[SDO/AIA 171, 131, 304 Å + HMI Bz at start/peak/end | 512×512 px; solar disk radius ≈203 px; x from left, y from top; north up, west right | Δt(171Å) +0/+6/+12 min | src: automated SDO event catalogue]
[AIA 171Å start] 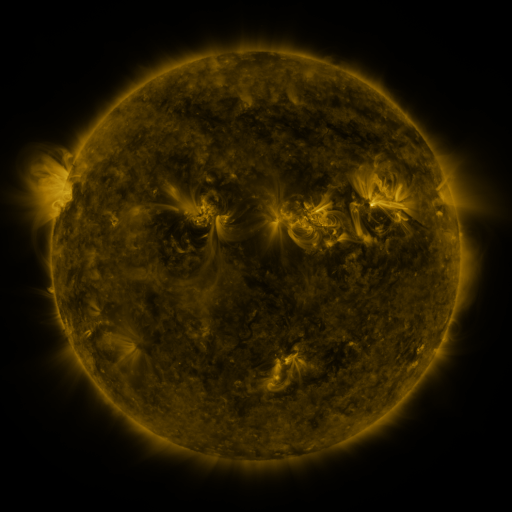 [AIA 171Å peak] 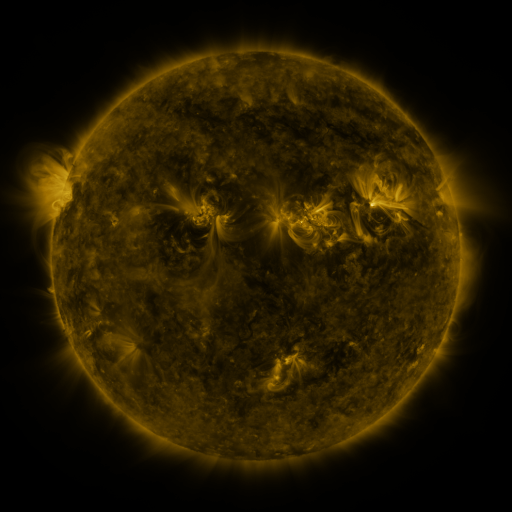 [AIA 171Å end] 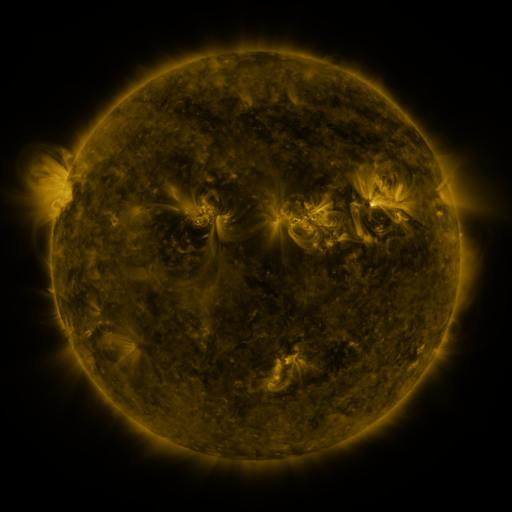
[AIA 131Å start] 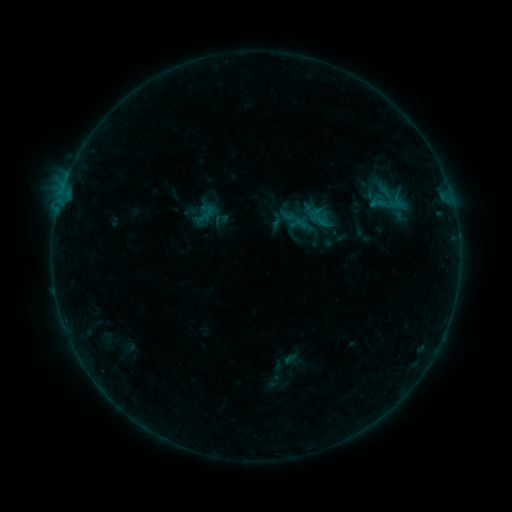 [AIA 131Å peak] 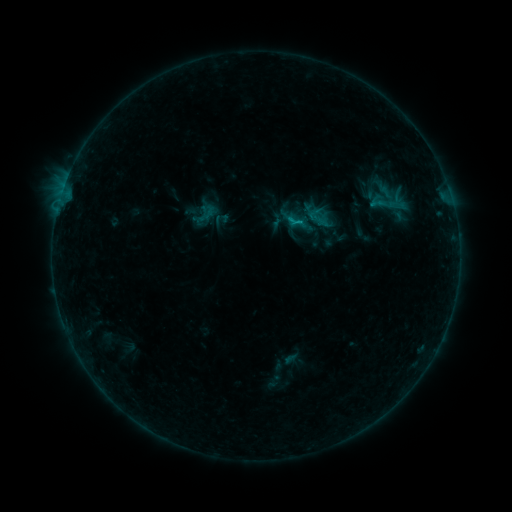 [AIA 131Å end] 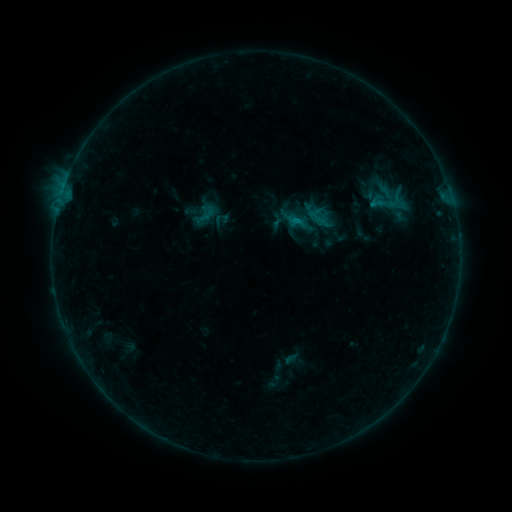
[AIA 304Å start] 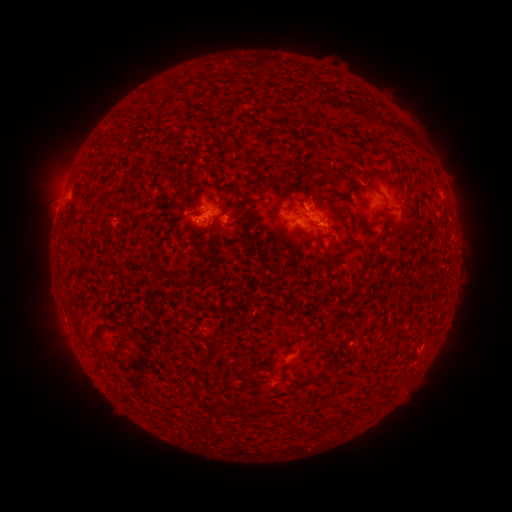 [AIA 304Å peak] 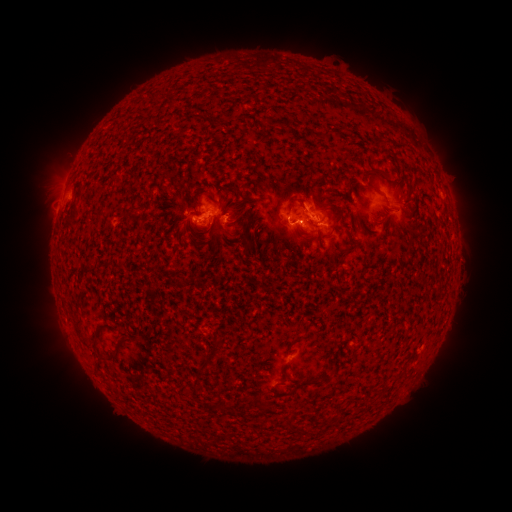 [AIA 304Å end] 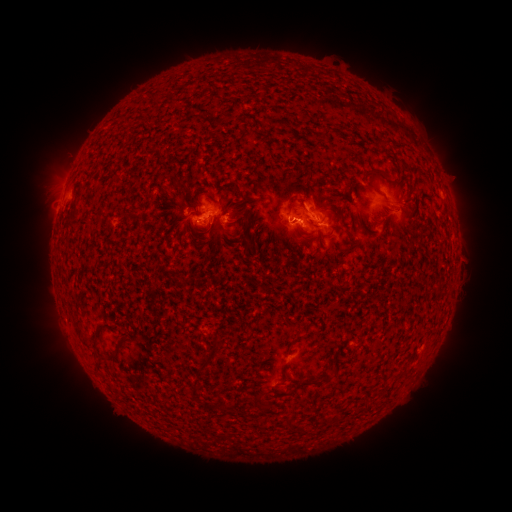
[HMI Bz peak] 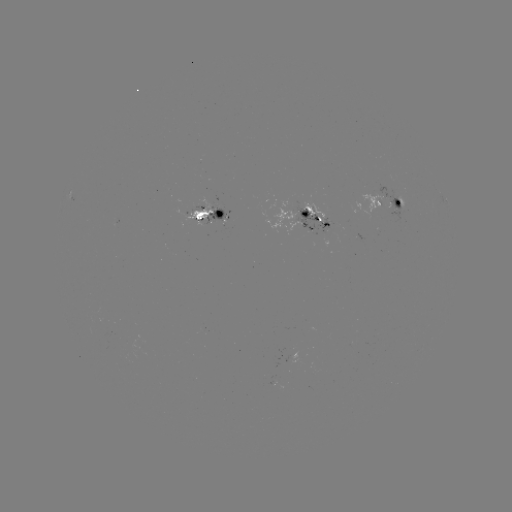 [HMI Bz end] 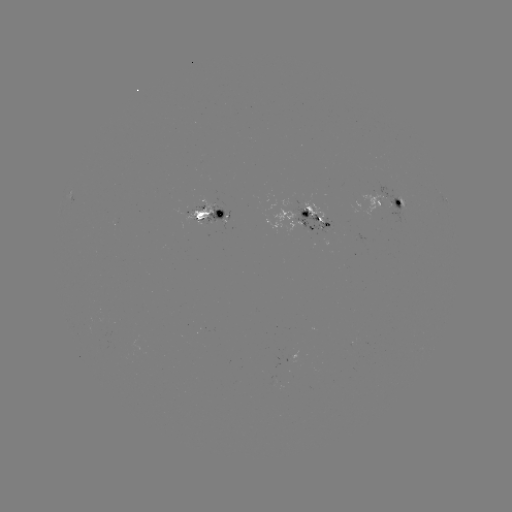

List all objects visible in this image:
B7.0 flare: (296, 223)
